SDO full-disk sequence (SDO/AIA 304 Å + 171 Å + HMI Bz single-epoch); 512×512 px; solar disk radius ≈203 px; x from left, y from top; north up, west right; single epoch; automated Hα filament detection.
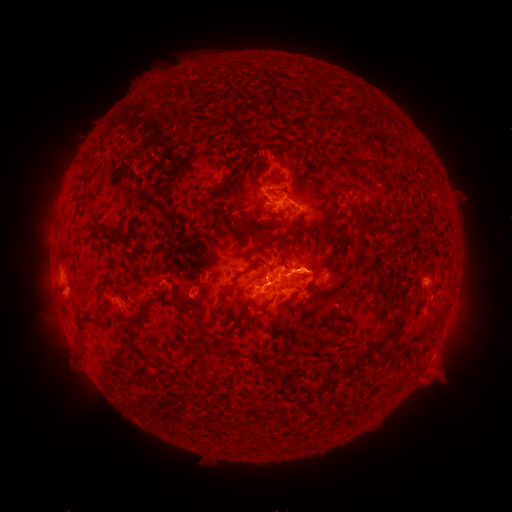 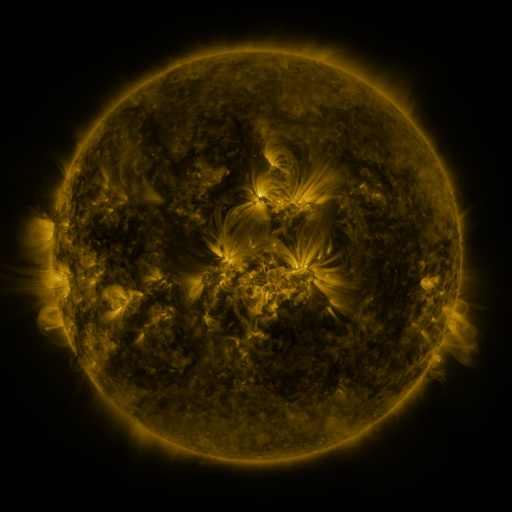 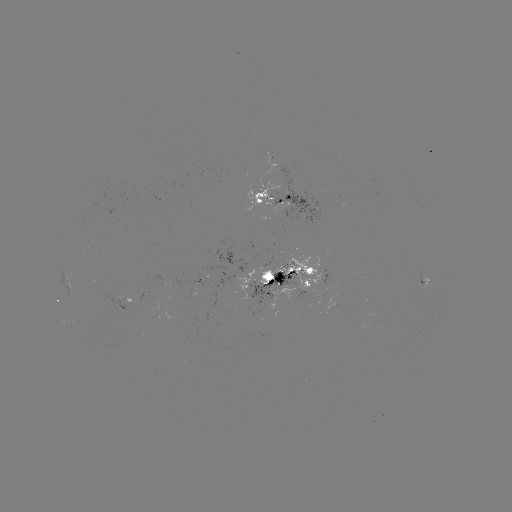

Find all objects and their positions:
filament: (343, 115)
filament: (127, 155)
filament: (364, 161)
filament: (84, 203)
filament: (229, 203)
filament: (395, 212)
filament: (276, 215)
filament: (362, 223)
filament: (84, 229)
filament: (284, 236)
filament: (255, 262)
filament: (283, 262)
filament: (332, 270)
filament: (102, 287)
filament: (126, 296)
filament: (142, 316)
filament: (85, 322)
filament: (127, 333)
filament: (386, 338)
filament: (125, 352)
filament: (366, 353)
filament: (278, 362)
filament: (320, 390)
